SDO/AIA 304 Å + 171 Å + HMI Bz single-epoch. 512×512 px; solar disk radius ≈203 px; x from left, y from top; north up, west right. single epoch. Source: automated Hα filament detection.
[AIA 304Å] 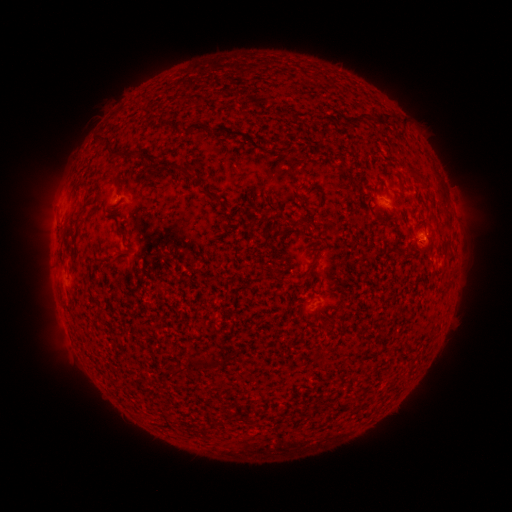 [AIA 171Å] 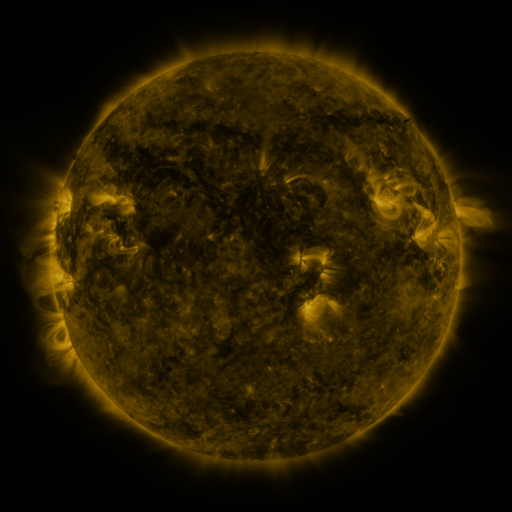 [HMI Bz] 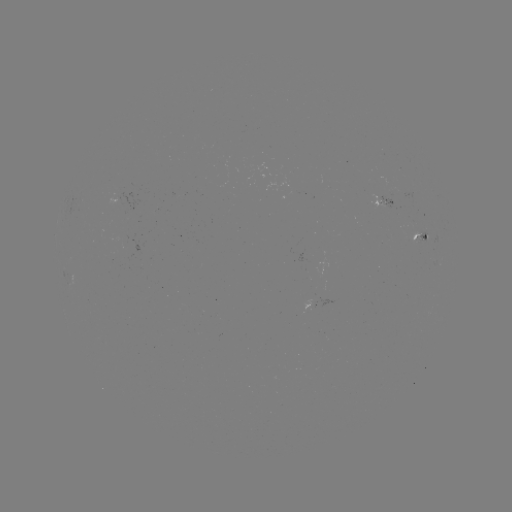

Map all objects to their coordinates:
filament: (383, 114)
filament: (361, 119)
filament: (204, 129)
filament: (102, 139)
filament: (121, 154)
filament: (414, 171)
filament: (187, 173)
filament: (111, 174)
filament: (209, 194)
filament: (81, 206)
filament: (308, 223)
filament: (295, 224)
filament: (202, 364)
filament: (176, 371)
